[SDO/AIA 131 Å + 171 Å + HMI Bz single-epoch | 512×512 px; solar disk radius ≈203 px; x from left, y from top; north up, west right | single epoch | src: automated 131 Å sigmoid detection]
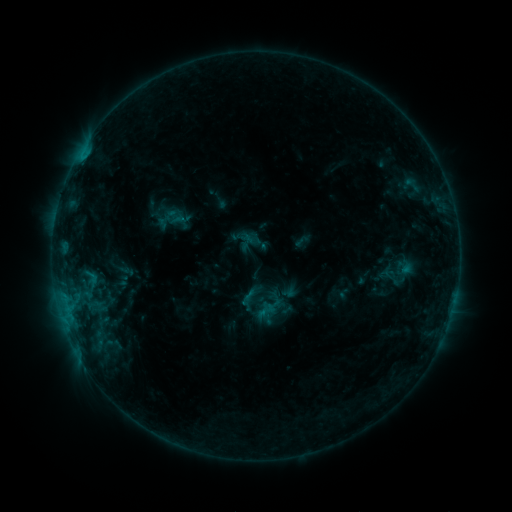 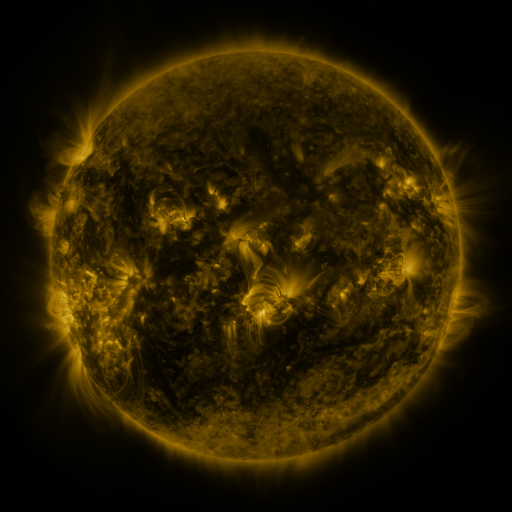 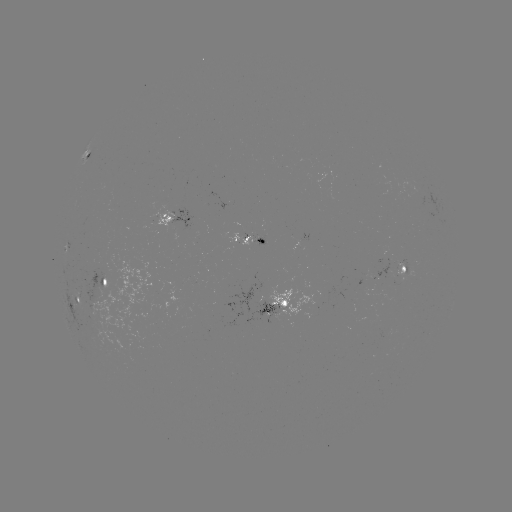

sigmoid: [256, 301, 275, 320]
